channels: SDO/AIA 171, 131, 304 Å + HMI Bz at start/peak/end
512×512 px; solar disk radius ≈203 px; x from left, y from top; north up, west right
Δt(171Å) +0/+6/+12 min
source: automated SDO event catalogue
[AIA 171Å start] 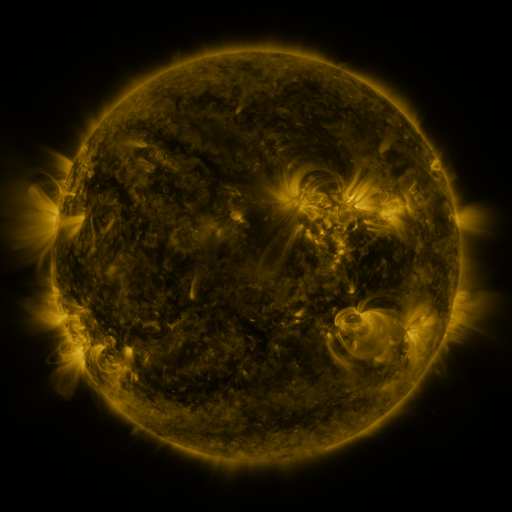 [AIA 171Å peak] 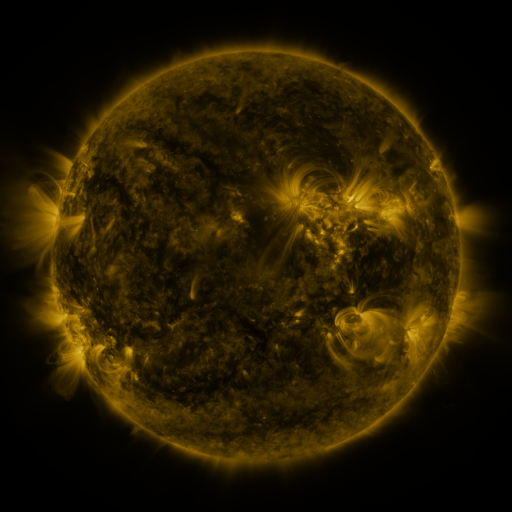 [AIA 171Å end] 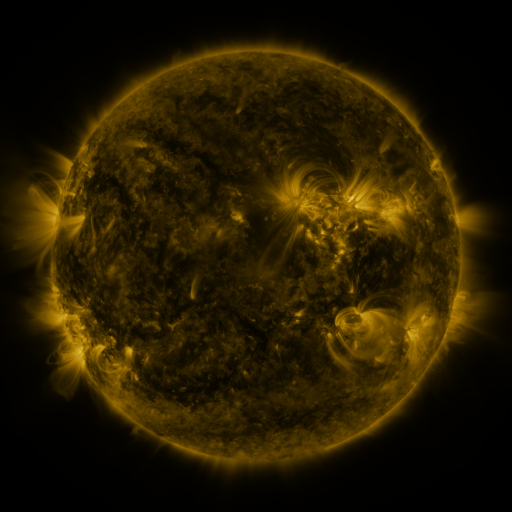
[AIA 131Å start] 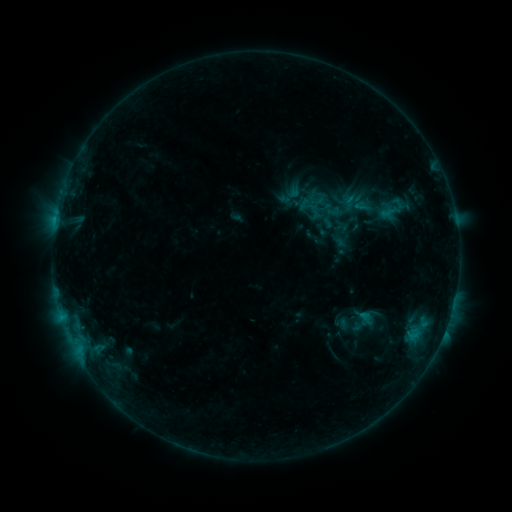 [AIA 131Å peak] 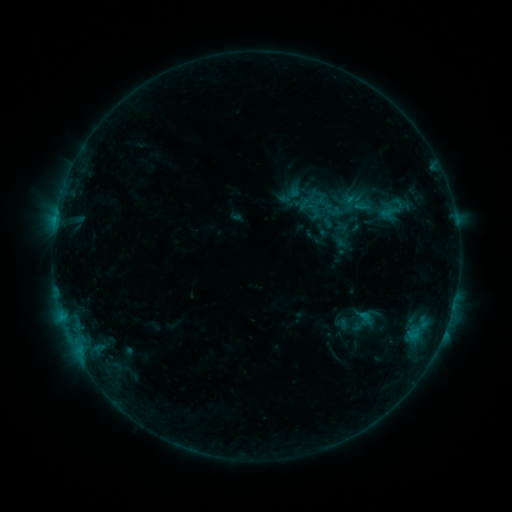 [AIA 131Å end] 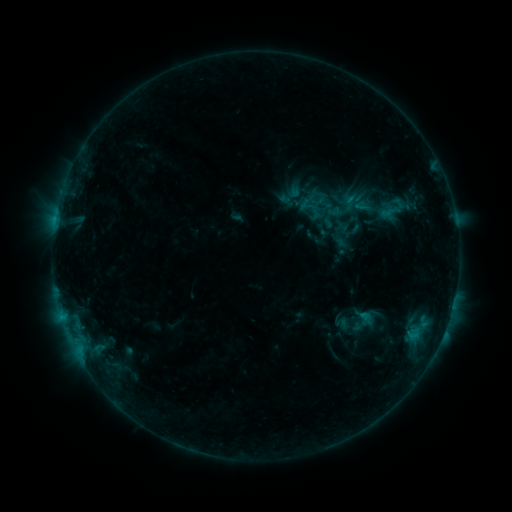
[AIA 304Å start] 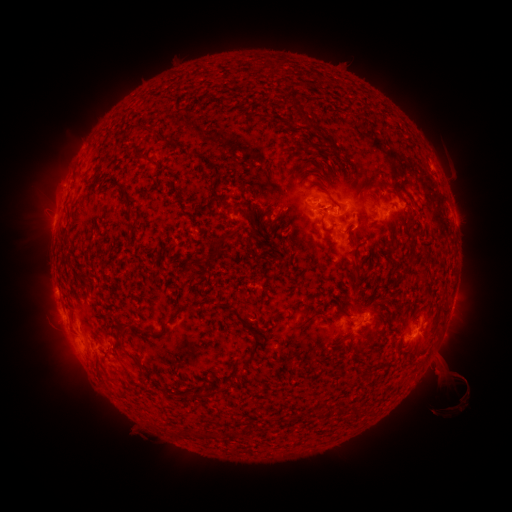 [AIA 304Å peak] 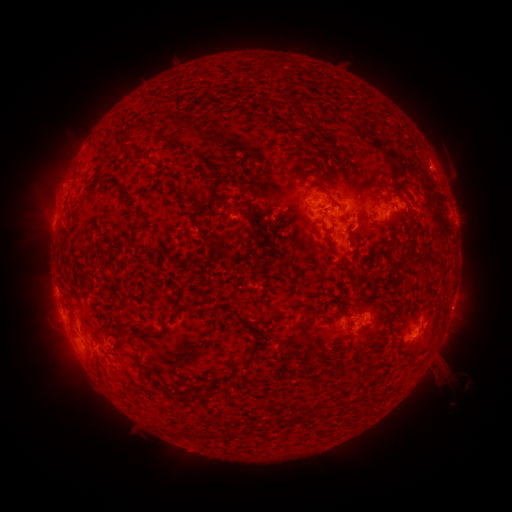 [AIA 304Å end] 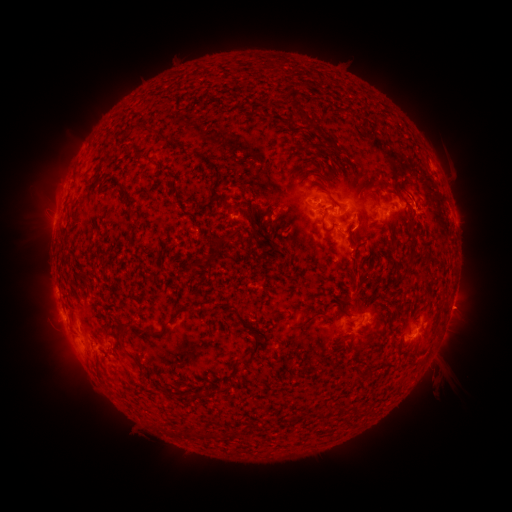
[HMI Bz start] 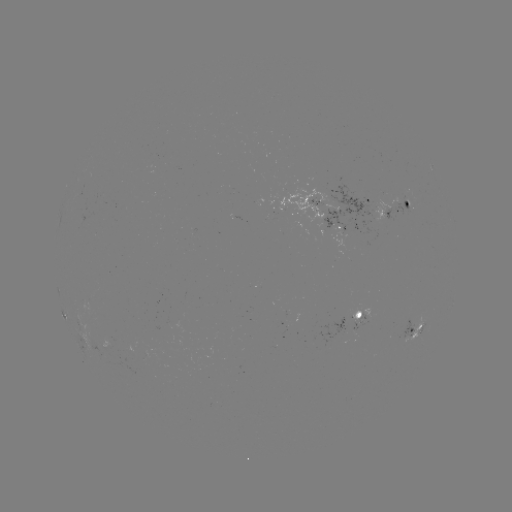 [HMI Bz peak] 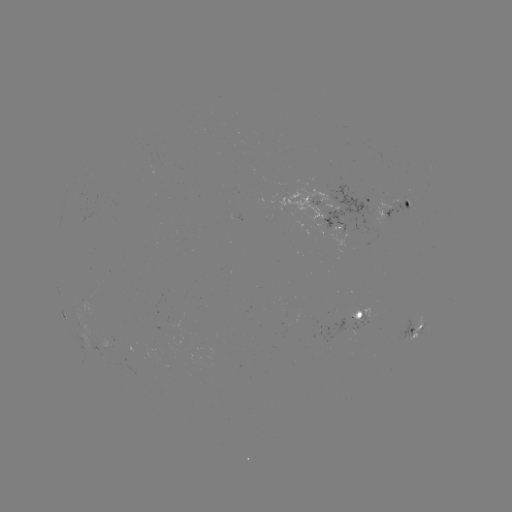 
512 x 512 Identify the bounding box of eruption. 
[434, 285, 487, 333].